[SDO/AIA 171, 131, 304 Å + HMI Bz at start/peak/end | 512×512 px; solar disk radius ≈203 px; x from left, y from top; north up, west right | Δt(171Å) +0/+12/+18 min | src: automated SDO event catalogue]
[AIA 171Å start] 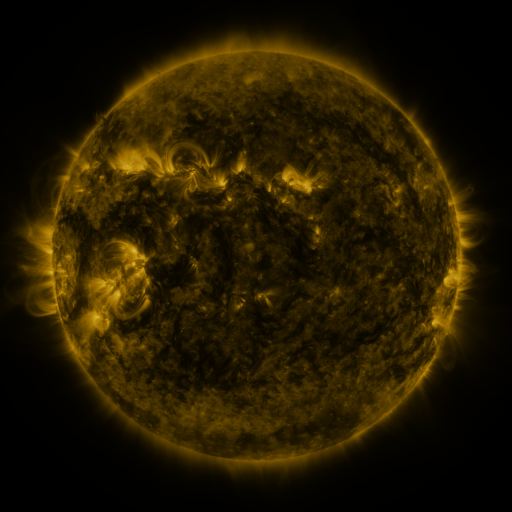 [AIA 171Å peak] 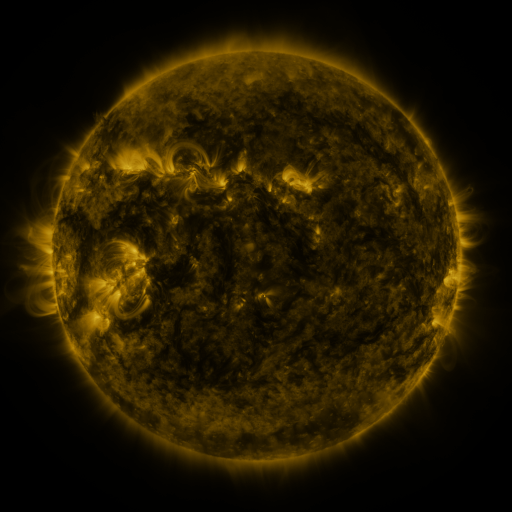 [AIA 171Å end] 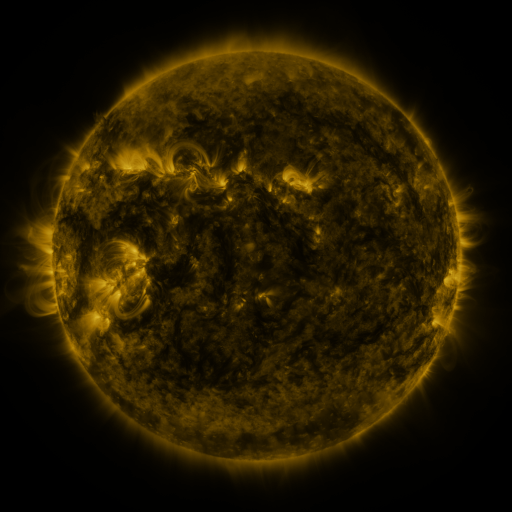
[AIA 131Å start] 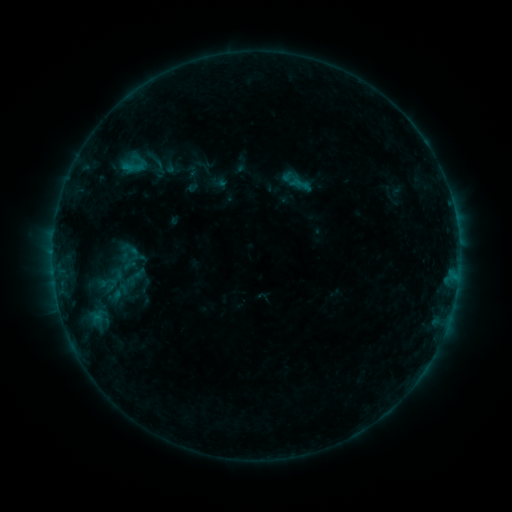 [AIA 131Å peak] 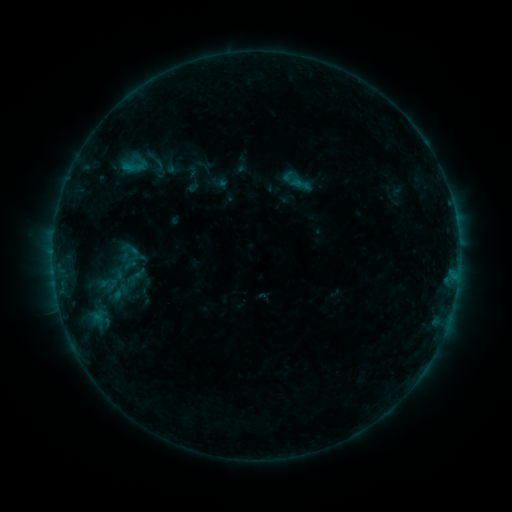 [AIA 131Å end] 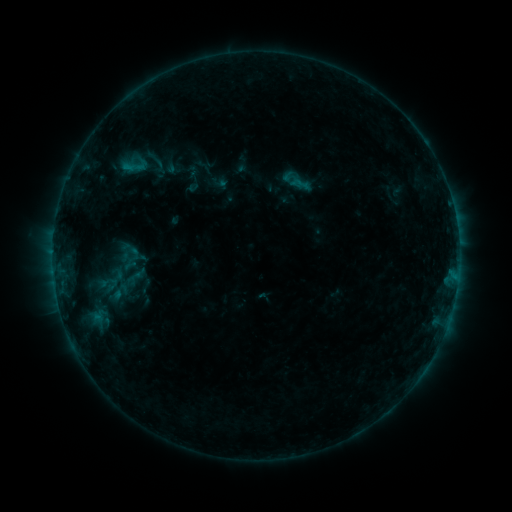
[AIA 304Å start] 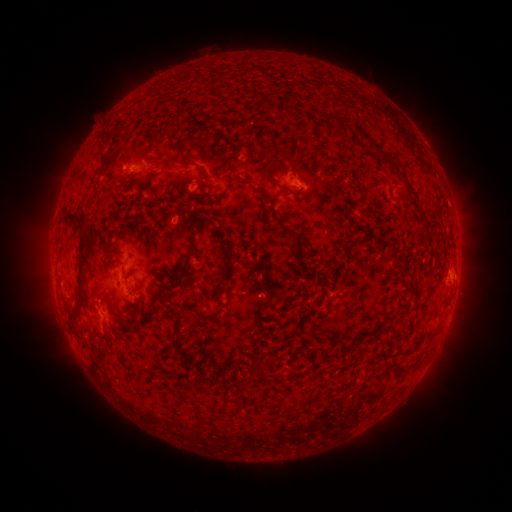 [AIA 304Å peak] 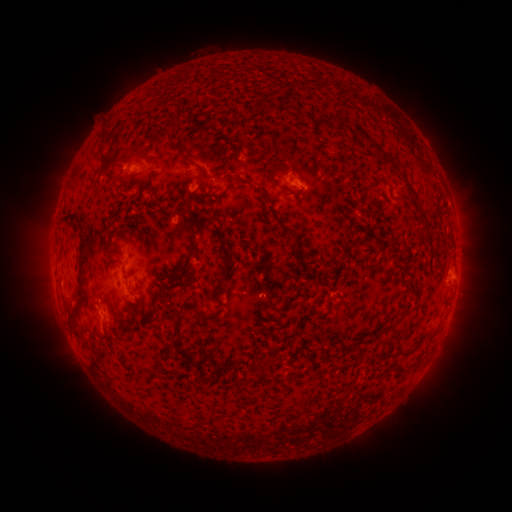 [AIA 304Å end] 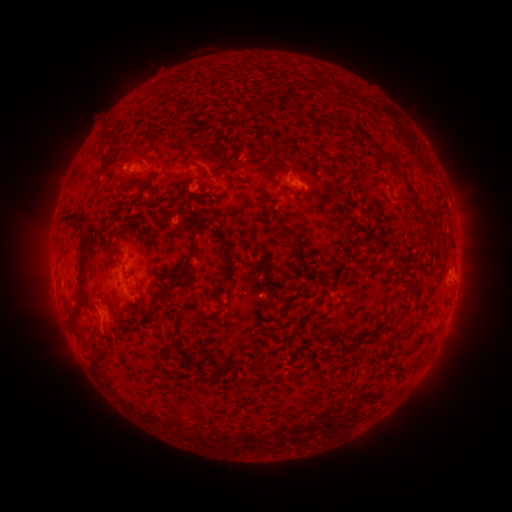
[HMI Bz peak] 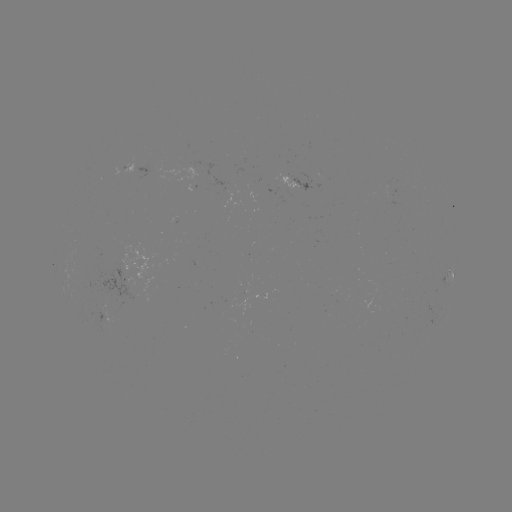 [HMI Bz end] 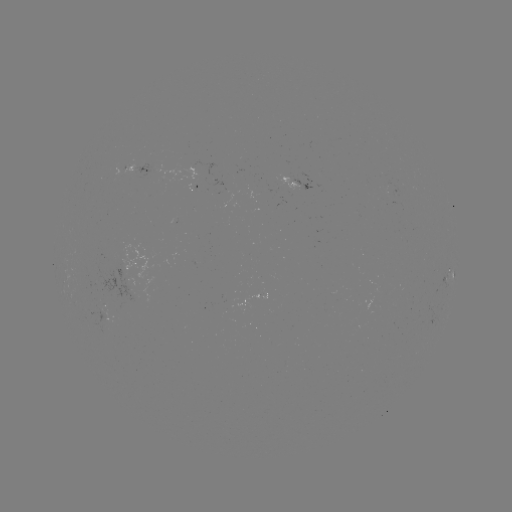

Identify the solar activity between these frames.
nothing was catalogued: no classed flare, no EUV trigger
